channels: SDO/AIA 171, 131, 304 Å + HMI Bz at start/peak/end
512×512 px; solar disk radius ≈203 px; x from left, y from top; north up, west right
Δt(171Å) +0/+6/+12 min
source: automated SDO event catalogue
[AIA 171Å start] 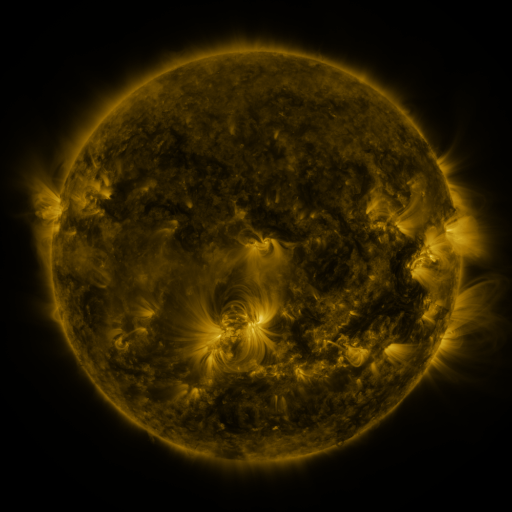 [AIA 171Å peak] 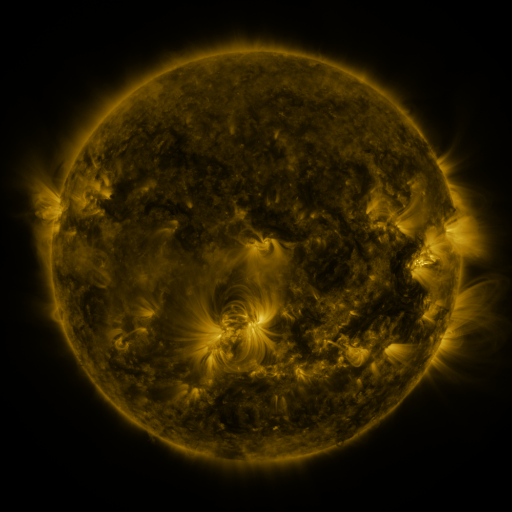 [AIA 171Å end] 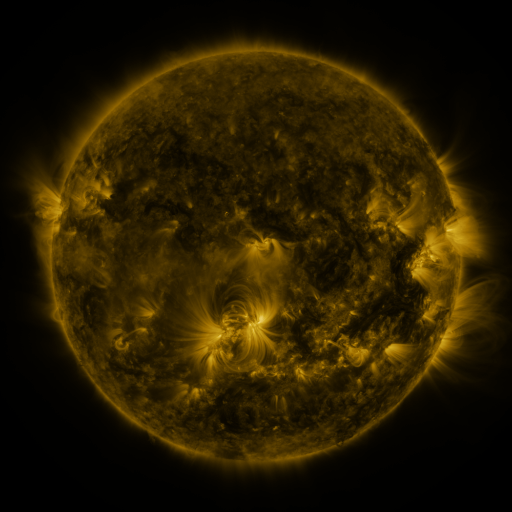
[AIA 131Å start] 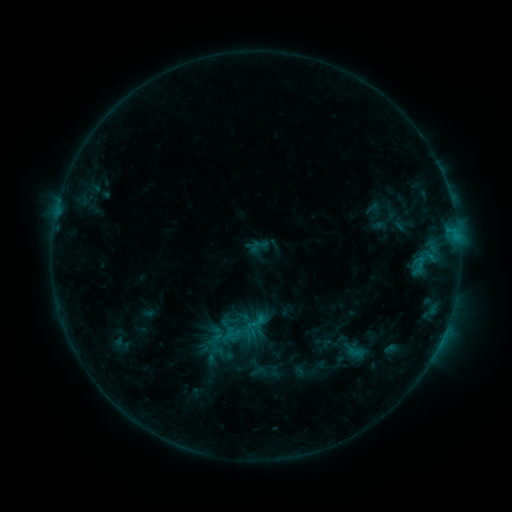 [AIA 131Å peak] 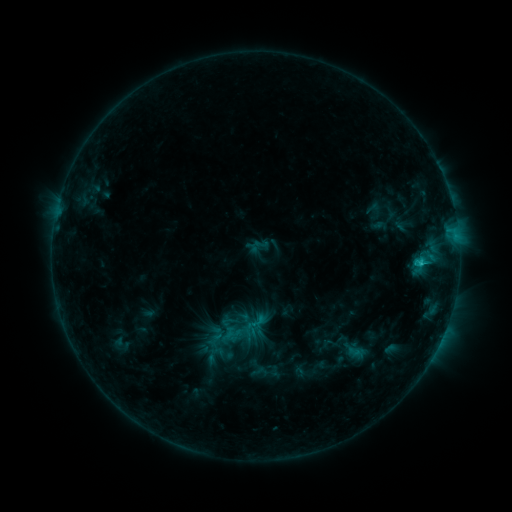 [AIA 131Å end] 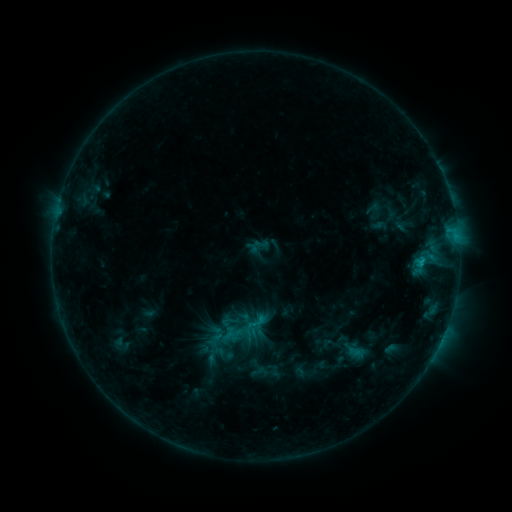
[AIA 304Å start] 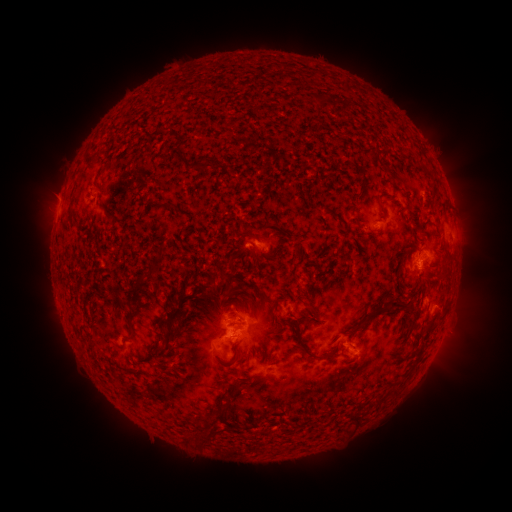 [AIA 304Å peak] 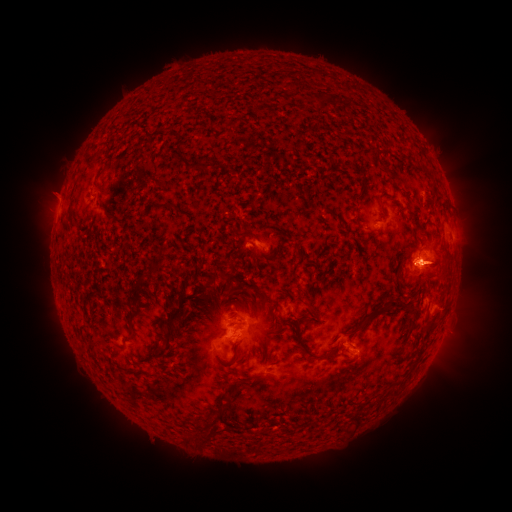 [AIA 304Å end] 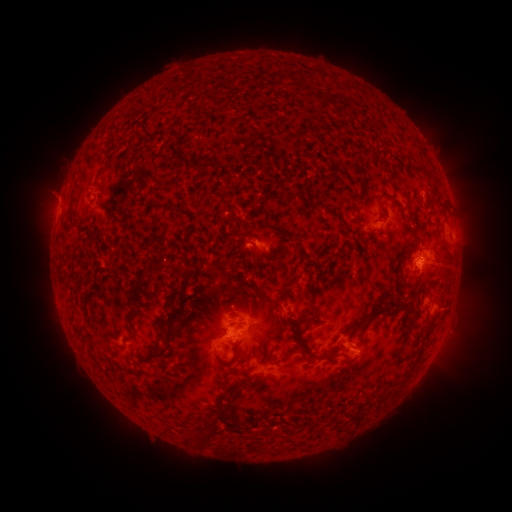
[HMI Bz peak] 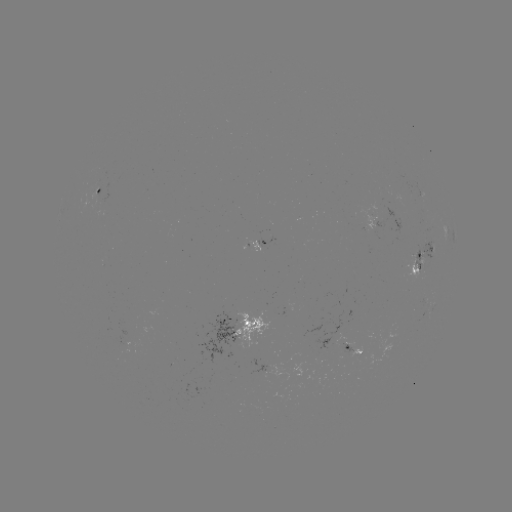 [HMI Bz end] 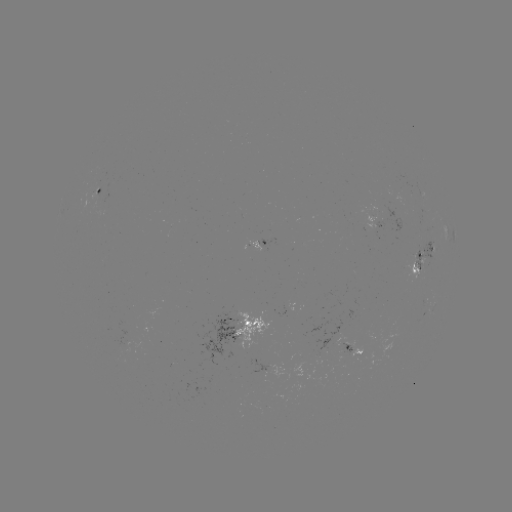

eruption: (465, 240, 501, 290)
